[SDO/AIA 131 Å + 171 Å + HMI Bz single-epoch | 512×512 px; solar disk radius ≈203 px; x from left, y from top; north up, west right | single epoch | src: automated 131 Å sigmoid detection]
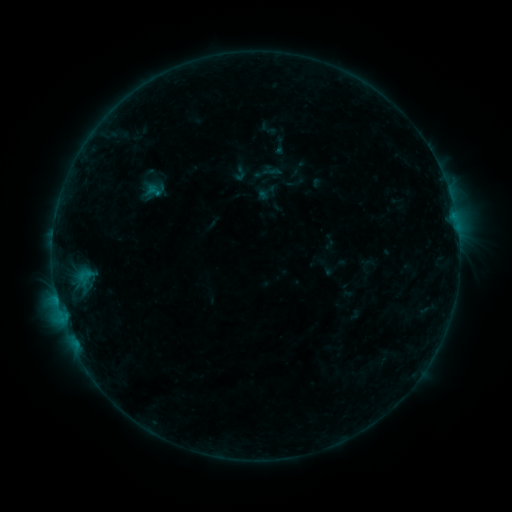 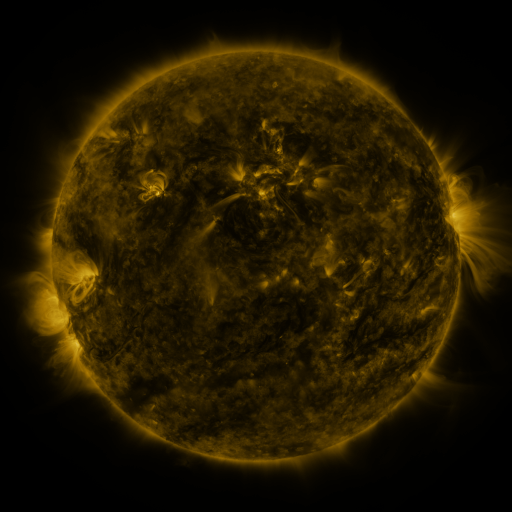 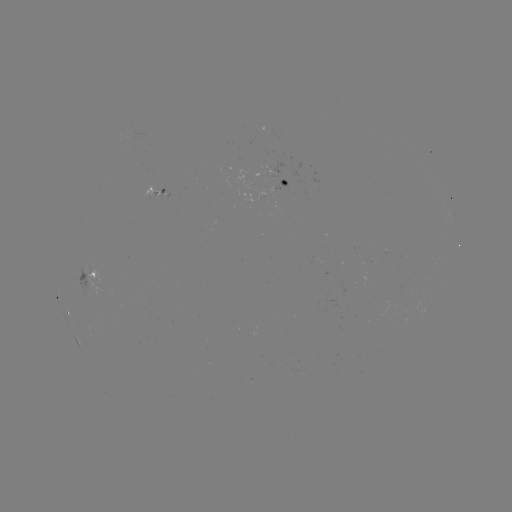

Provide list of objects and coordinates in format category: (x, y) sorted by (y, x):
sigmoid: (240, 174)
